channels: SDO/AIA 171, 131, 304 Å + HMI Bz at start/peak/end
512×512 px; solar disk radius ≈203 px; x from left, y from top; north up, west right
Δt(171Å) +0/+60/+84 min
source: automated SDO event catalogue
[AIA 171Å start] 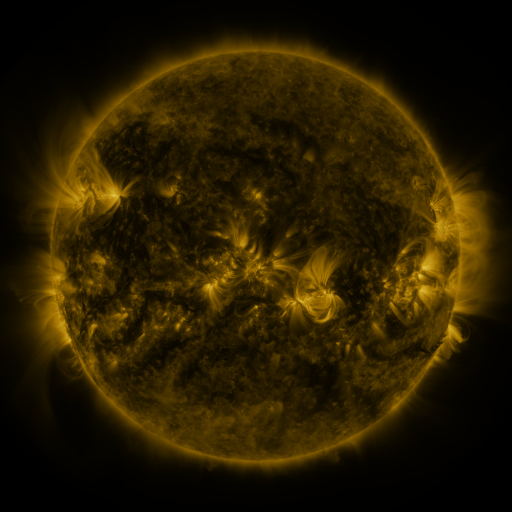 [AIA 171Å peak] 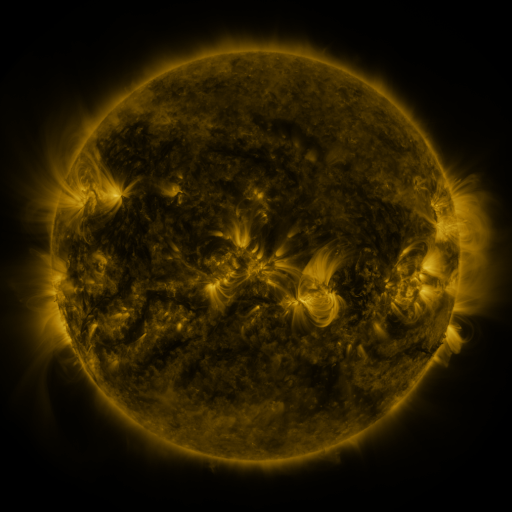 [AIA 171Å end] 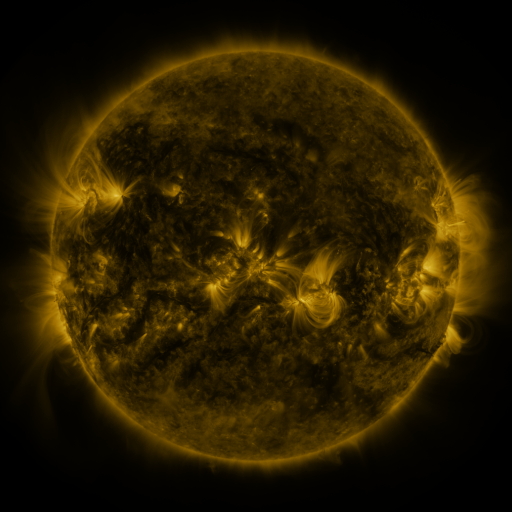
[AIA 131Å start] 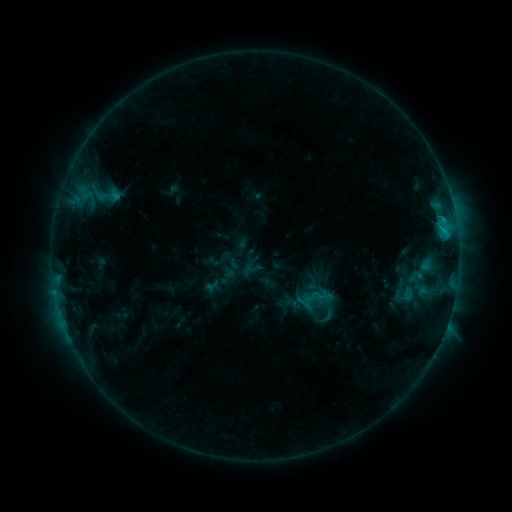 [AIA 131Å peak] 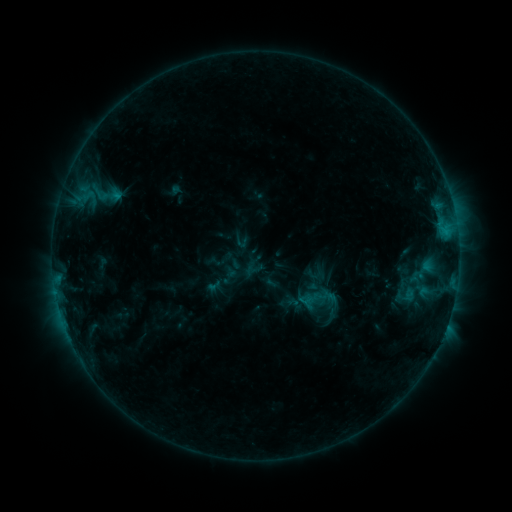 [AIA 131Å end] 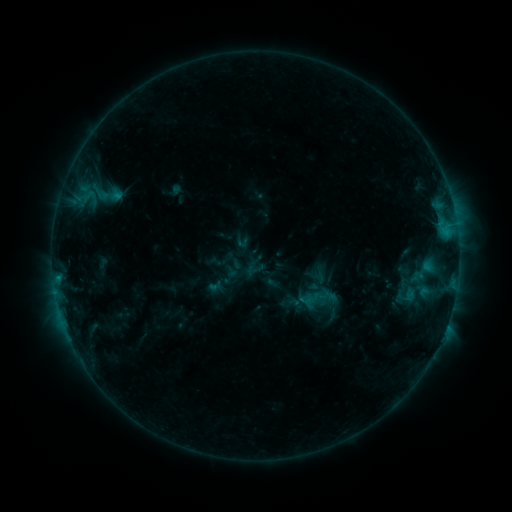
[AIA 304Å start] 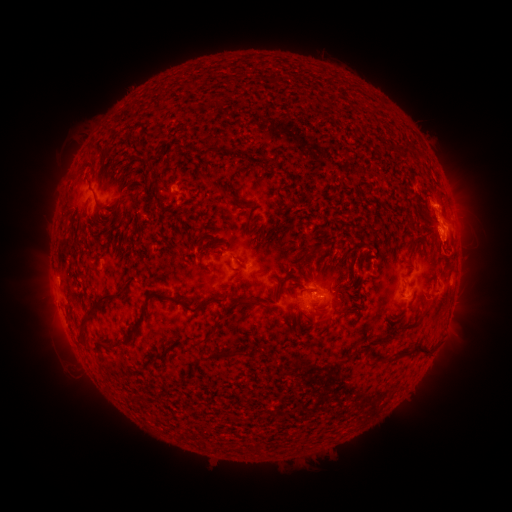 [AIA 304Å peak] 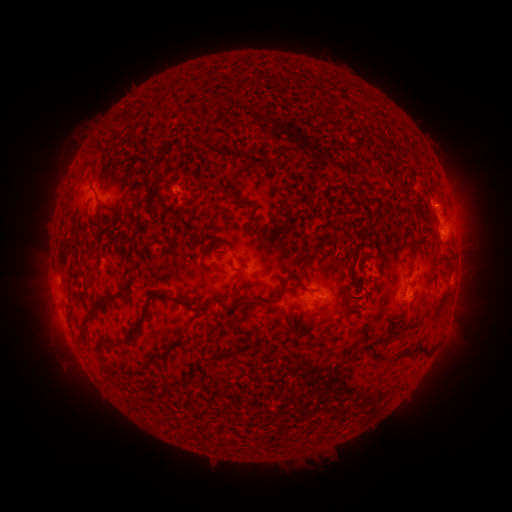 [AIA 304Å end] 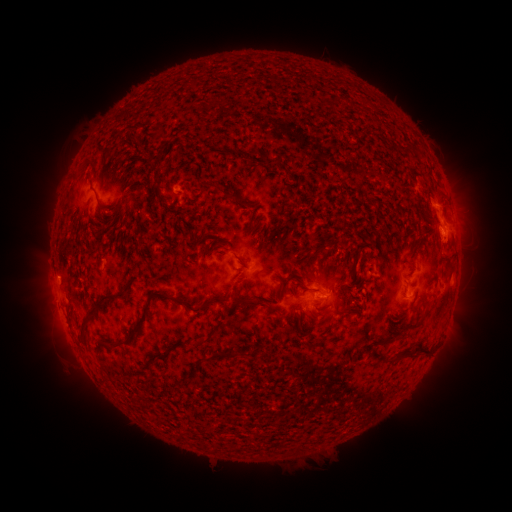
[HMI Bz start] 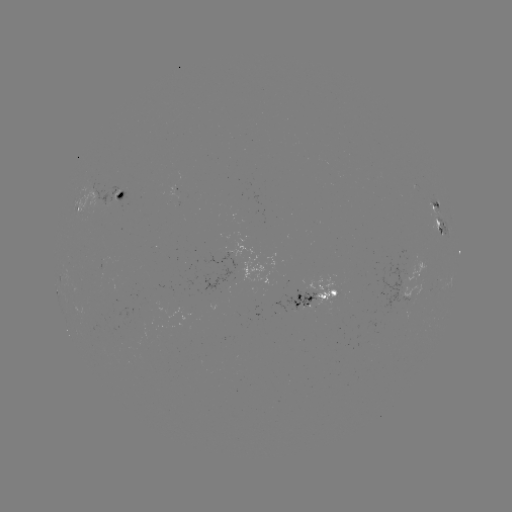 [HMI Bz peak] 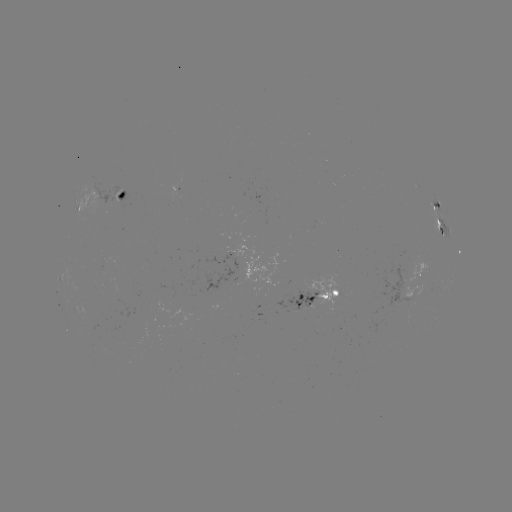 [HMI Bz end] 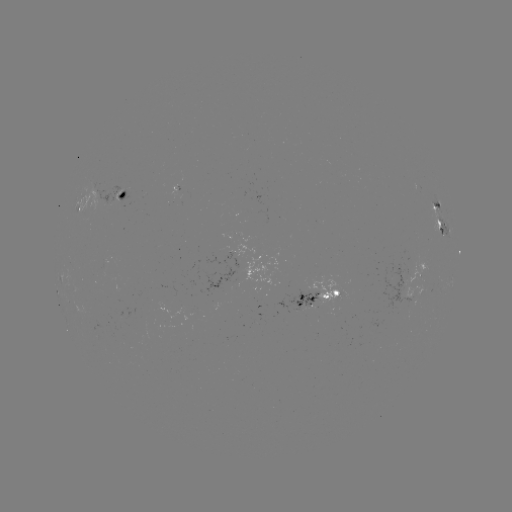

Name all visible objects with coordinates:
emerging-flux region: (208, 297)
